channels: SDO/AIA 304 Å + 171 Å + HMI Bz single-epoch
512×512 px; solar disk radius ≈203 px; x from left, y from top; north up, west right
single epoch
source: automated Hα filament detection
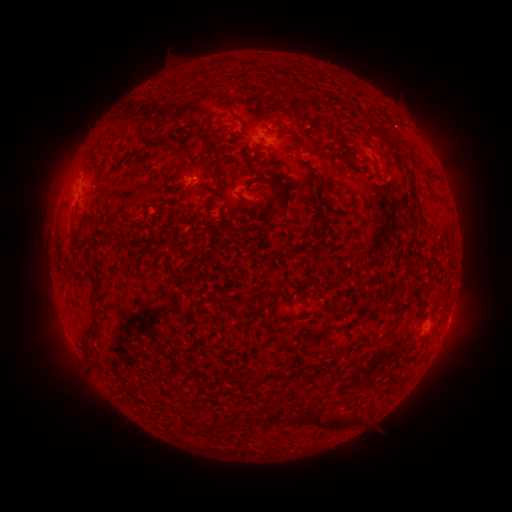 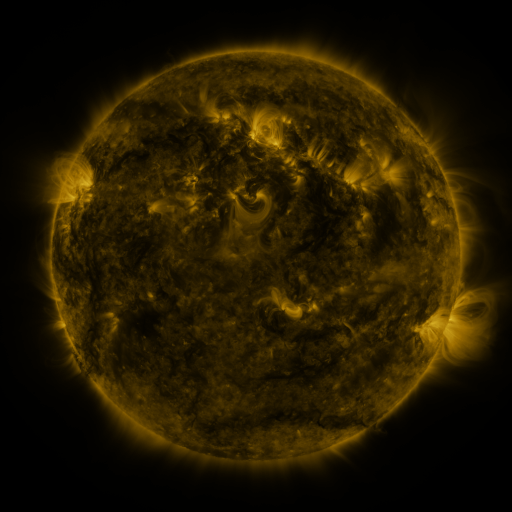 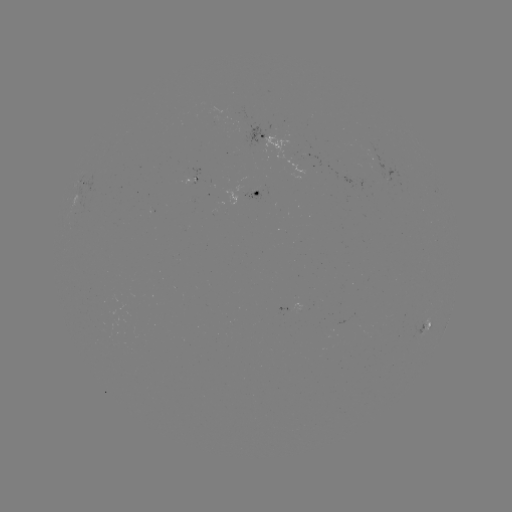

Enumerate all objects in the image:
filament: (213, 59, 232, 70)
filament: (275, 90, 293, 106)
filament: (230, 111, 245, 151)
filament: (368, 125, 391, 138)
filament: (278, 127, 297, 138)
filament: (180, 131, 200, 147)
filament: (140, 136, 174, 153)
filament: (206, 144, 222, 180)
filament: (318, 175, 329, 192)
filament: (244, 176, 286, 199)
filament: (298, 179, 306, 192)
filament: (182, 187, 191, 196)
filament: (435, 195, 446, 204)
filament: (71, 233, 79, 254)
filament: (298, 310, 307, 319)
filament: (80, 324, 96, 361)
filament: (344, 324, 355, 333)
filament: (278, 335, 296, 351)
filament: (174, 404, 184, 419)
filament: (311, 411, 343, 431)
filament: (356, 412, 364, 424)
filament: (272, 414, 284, 423)
filament: (185, 415, 197, 429)
